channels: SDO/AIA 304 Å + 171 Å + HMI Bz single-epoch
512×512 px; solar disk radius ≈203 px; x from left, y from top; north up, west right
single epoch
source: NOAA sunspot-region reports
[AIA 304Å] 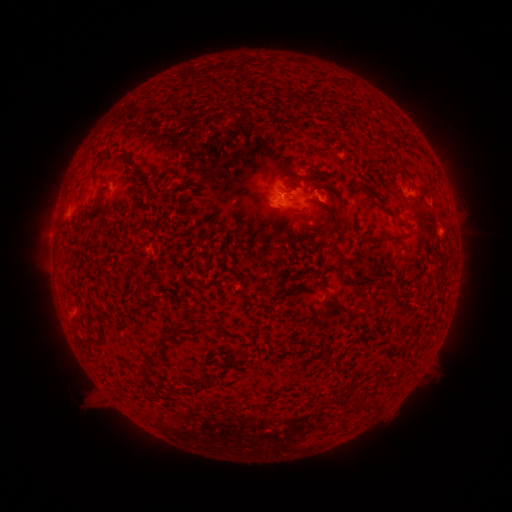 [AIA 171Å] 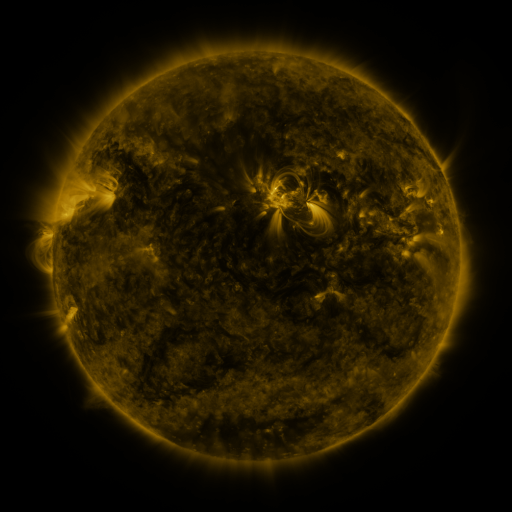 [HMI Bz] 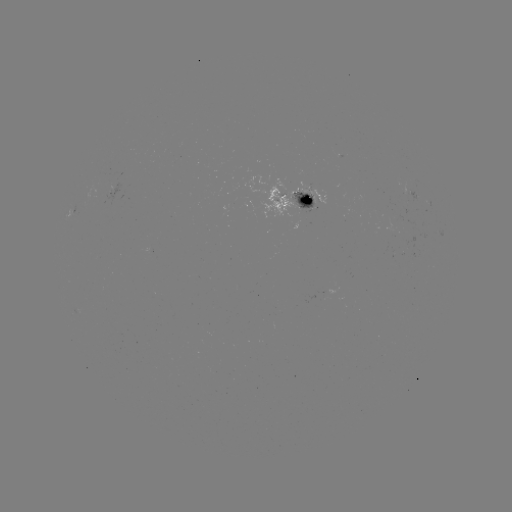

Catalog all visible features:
spotted active region: (116, 193)
spotted active region: (413, 195)
spotted active region: (301, 201)
